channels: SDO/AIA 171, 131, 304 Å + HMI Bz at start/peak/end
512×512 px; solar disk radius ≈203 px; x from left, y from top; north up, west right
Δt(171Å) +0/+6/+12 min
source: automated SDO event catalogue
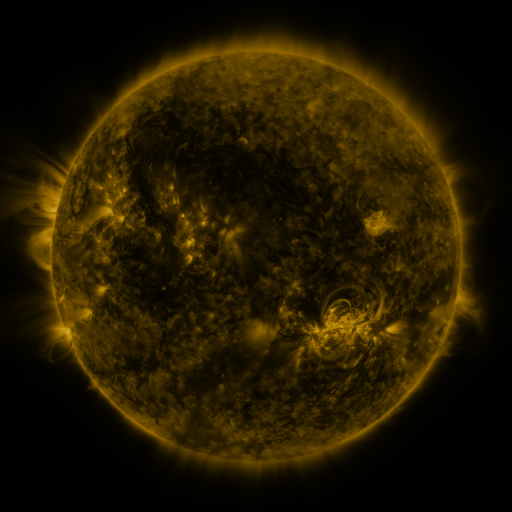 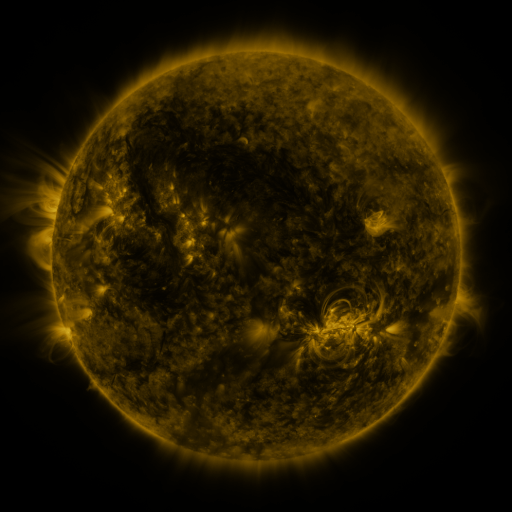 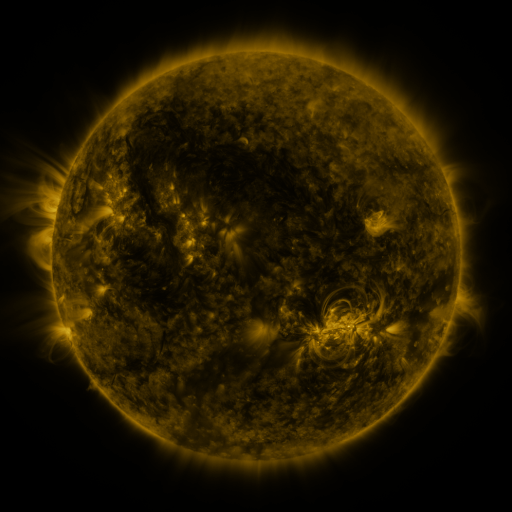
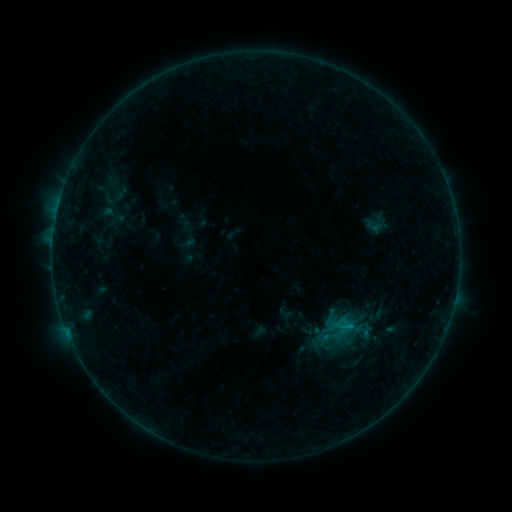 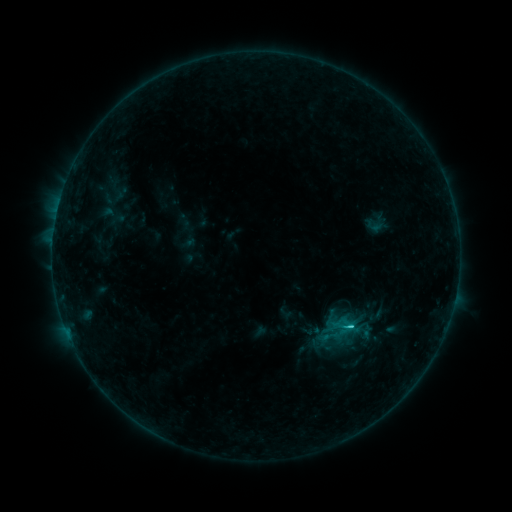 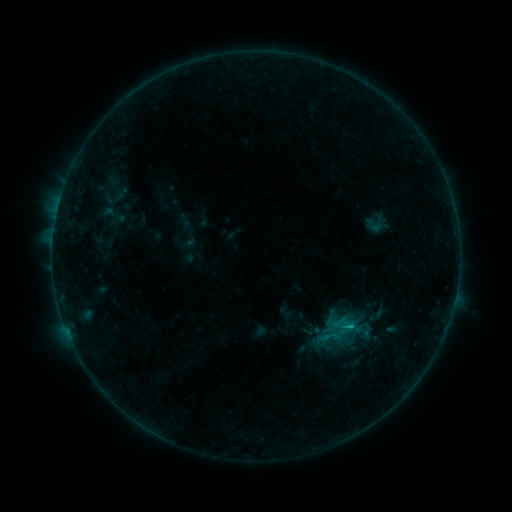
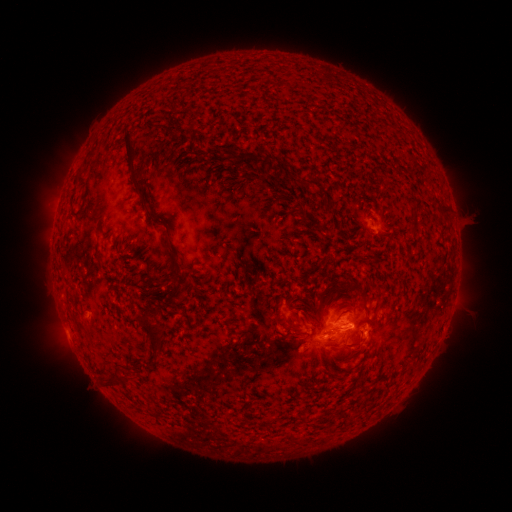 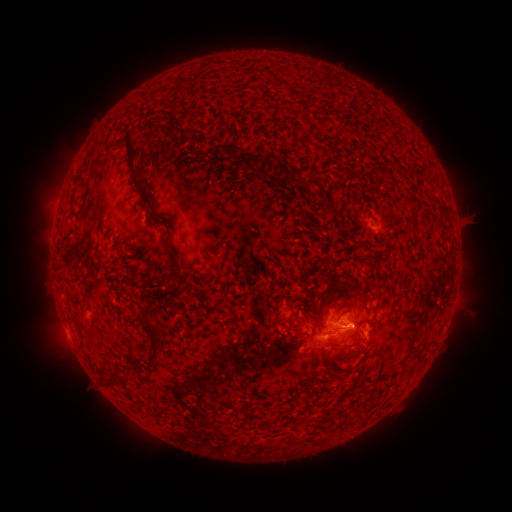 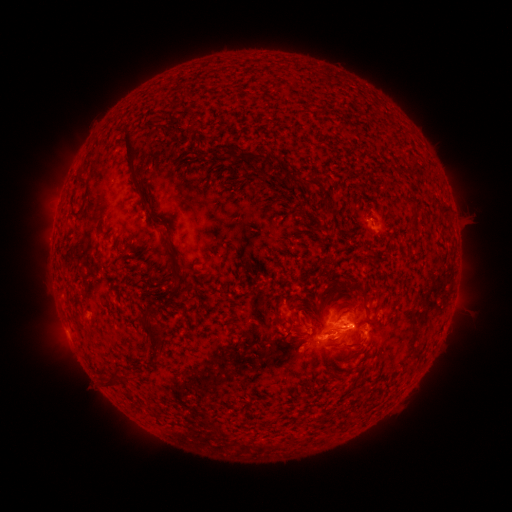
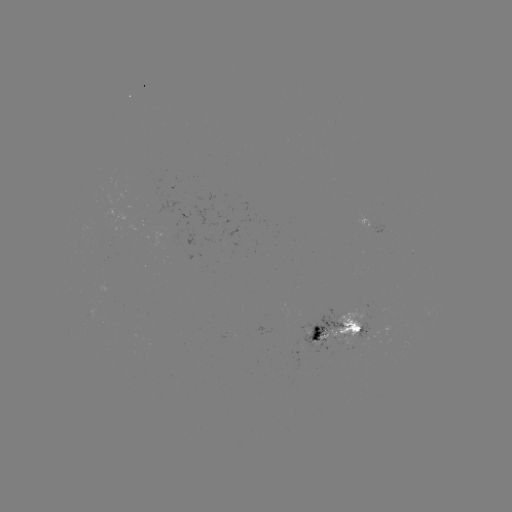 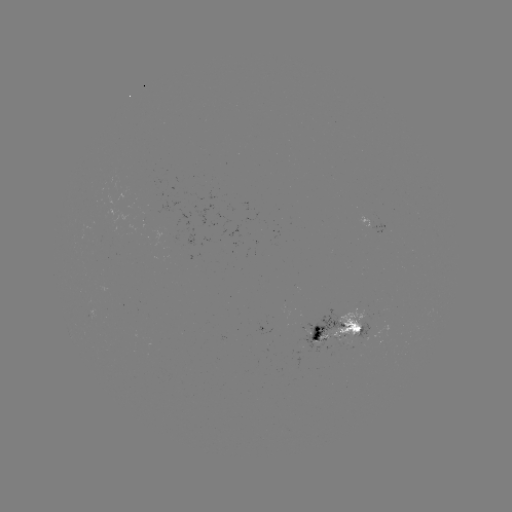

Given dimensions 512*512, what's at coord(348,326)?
C1.1 flare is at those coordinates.